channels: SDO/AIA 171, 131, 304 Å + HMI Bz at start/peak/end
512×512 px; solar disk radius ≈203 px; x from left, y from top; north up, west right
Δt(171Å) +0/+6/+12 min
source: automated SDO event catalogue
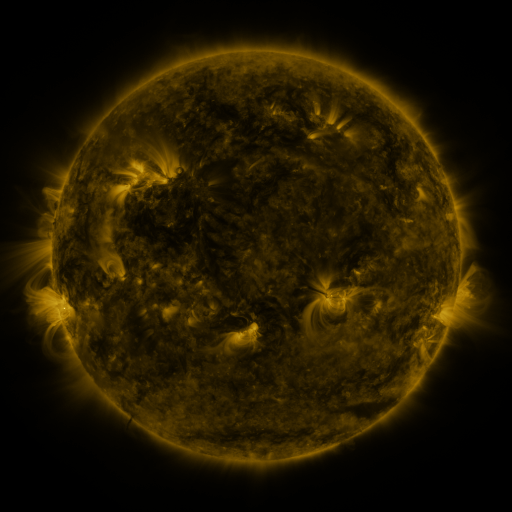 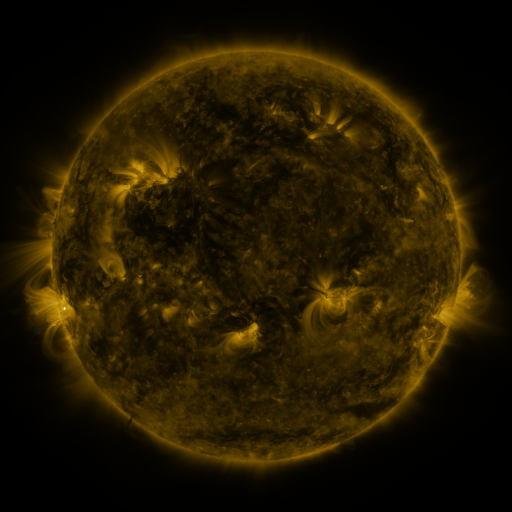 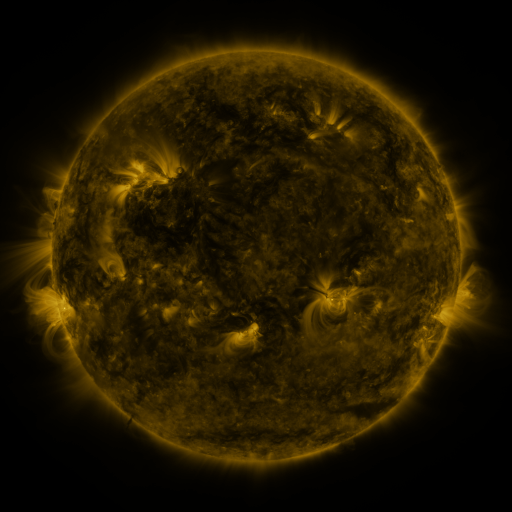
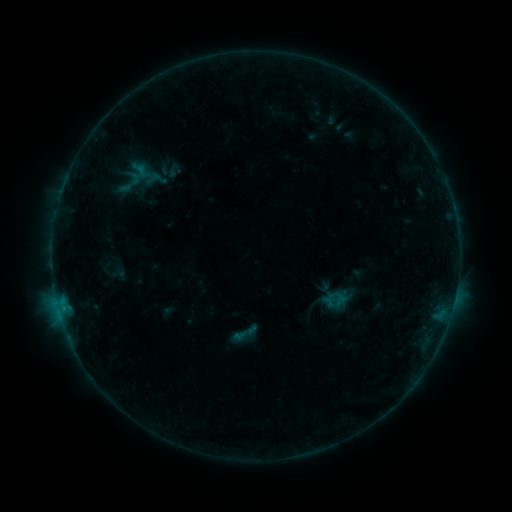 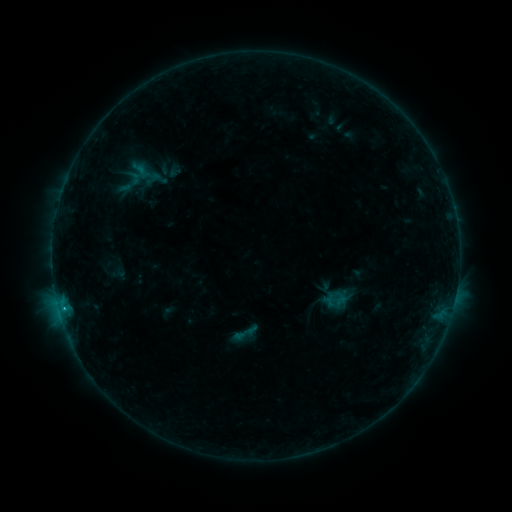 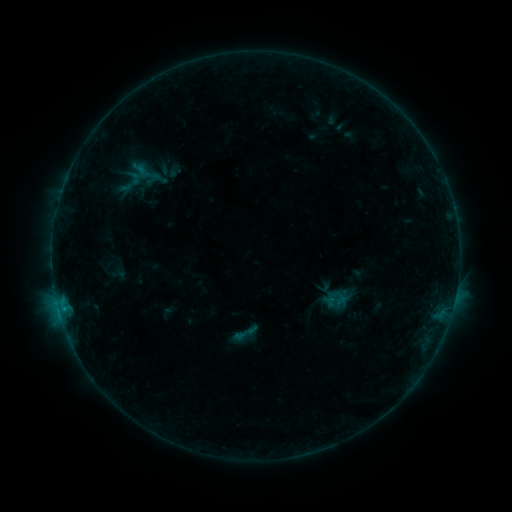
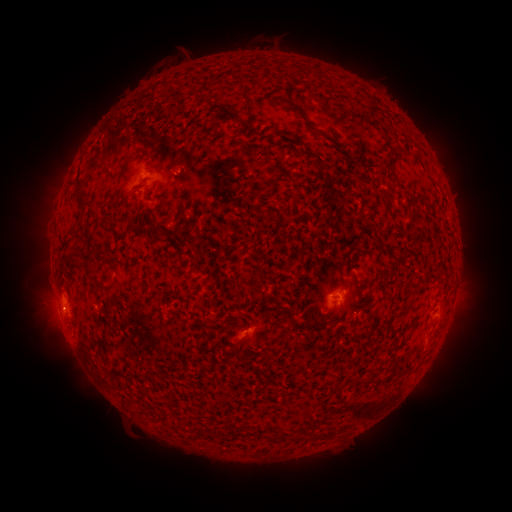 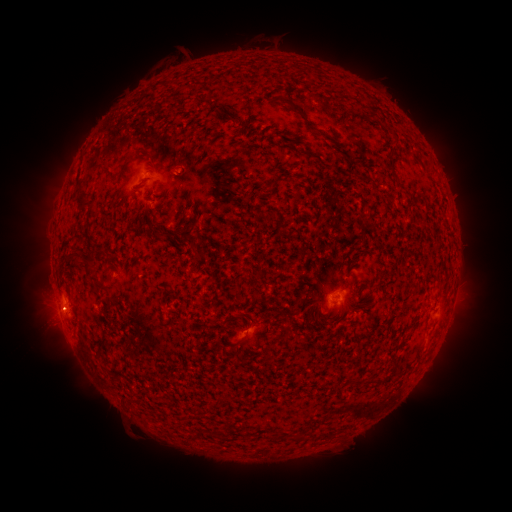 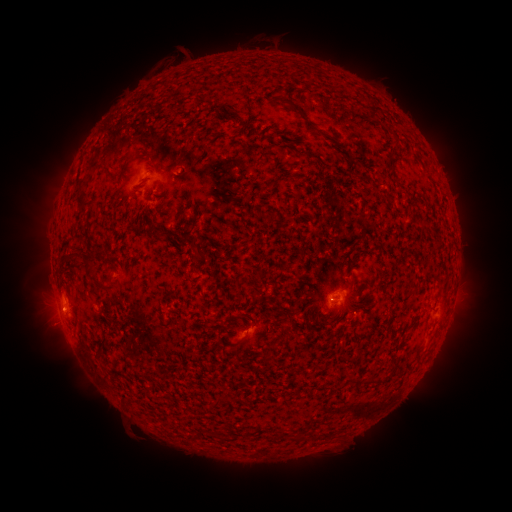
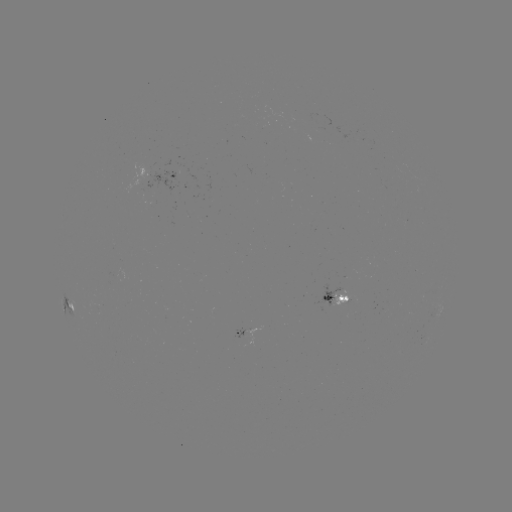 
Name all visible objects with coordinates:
B4.9 flare: (65, 310)
